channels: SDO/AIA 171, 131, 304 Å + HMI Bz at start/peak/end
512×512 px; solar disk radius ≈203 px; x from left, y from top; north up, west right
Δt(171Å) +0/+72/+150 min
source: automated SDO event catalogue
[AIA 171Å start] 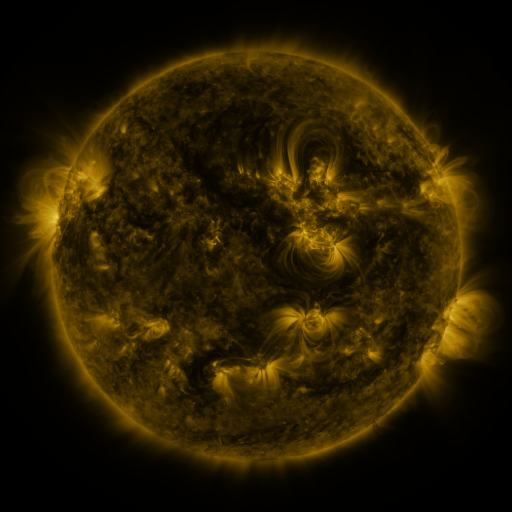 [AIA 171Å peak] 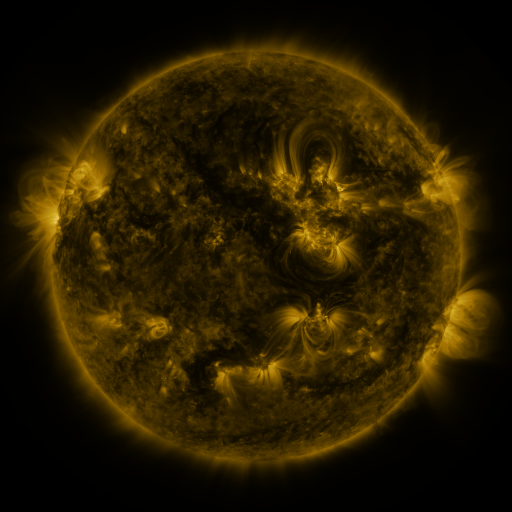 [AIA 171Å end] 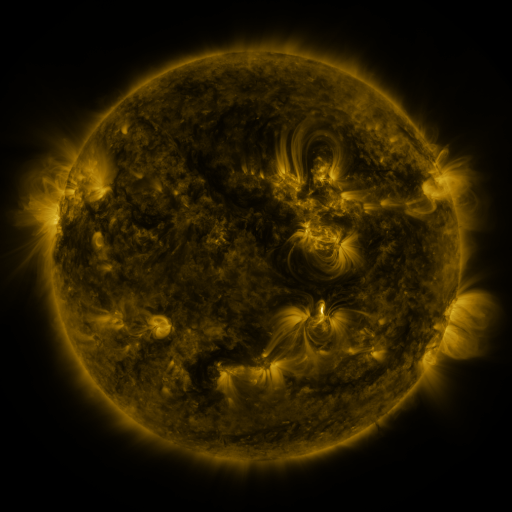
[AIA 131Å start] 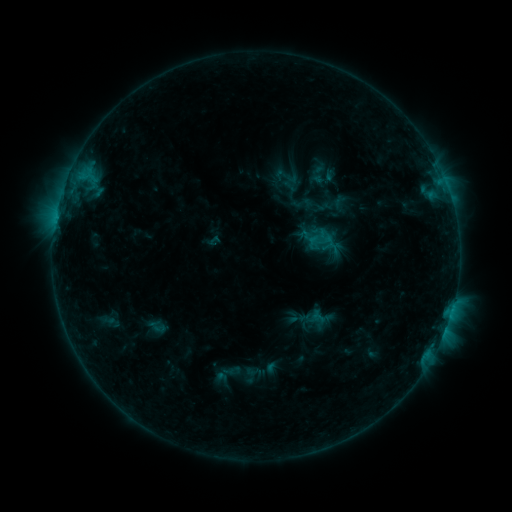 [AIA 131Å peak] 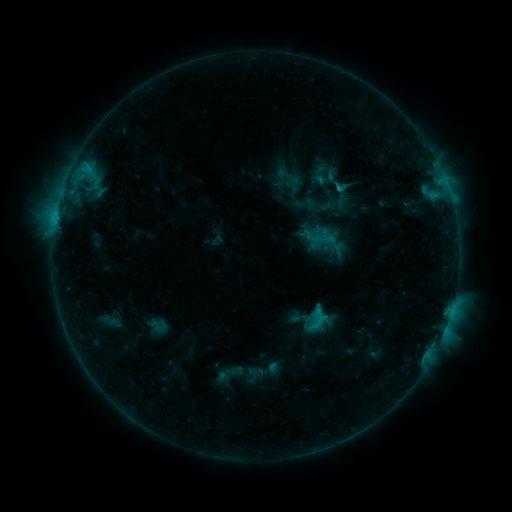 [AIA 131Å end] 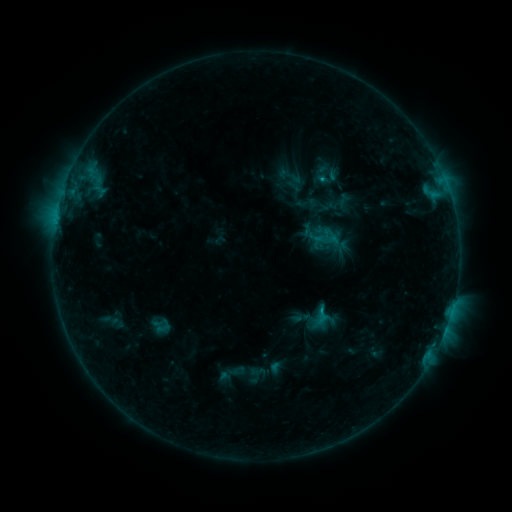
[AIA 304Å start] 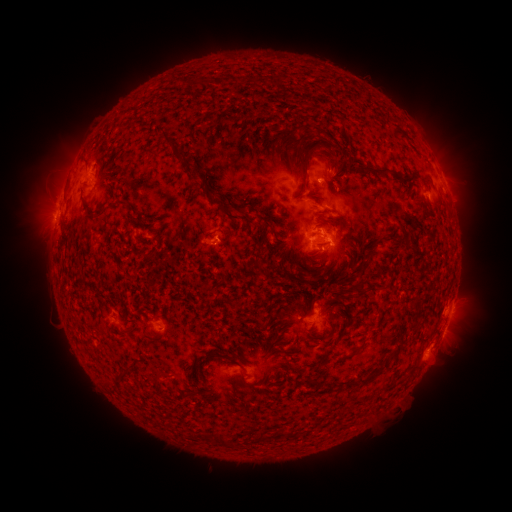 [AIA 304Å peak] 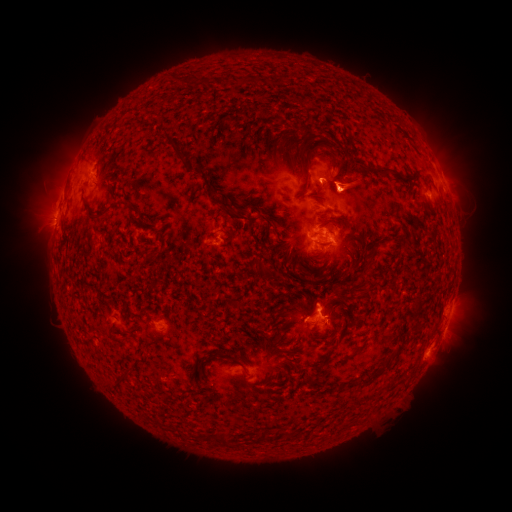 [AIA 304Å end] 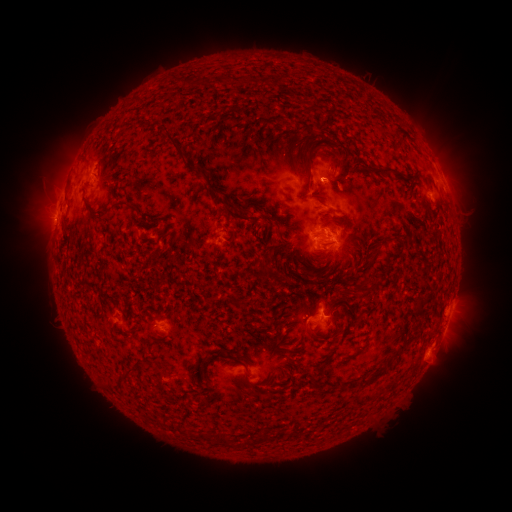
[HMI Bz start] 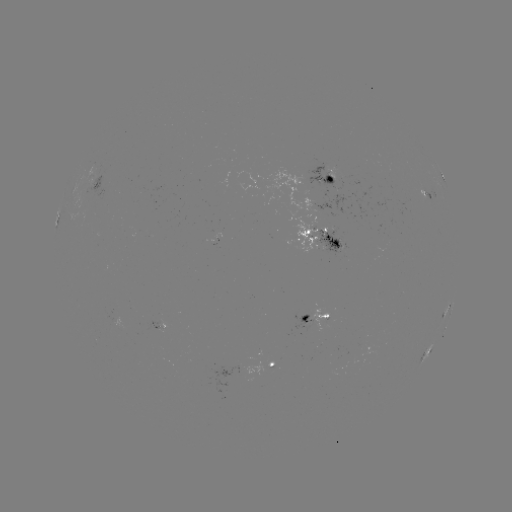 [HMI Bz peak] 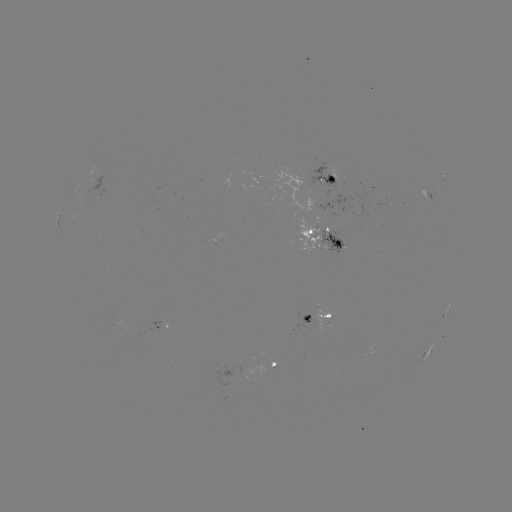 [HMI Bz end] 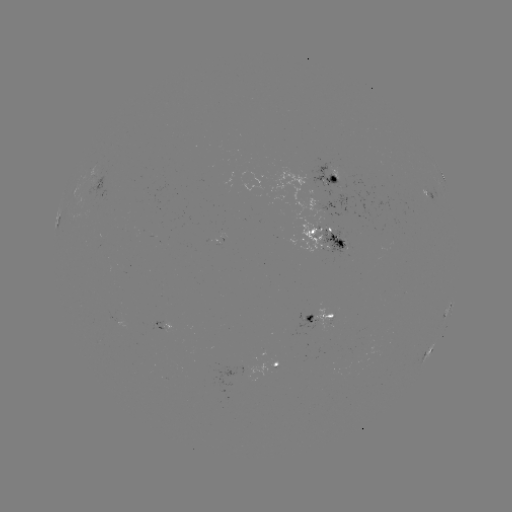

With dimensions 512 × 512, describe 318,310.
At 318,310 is C2.3 flare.